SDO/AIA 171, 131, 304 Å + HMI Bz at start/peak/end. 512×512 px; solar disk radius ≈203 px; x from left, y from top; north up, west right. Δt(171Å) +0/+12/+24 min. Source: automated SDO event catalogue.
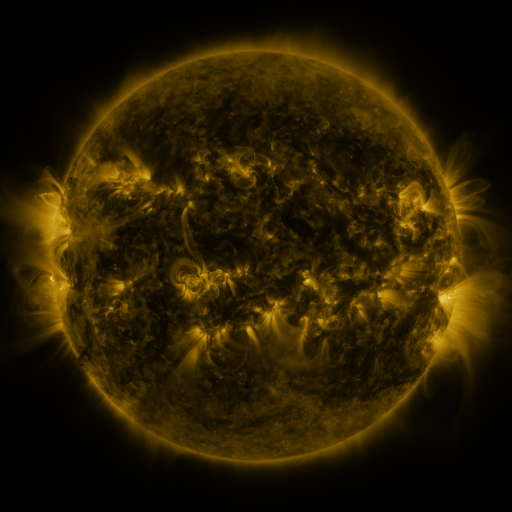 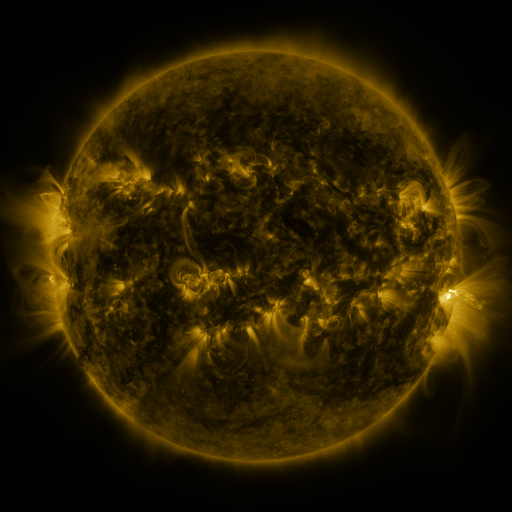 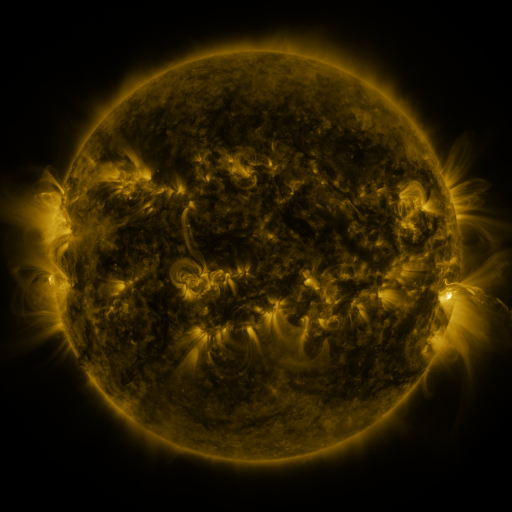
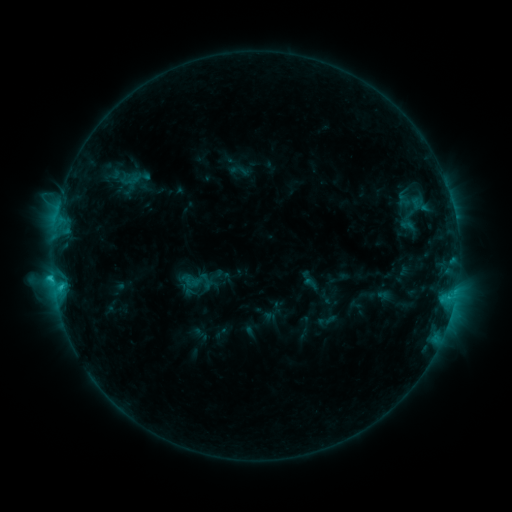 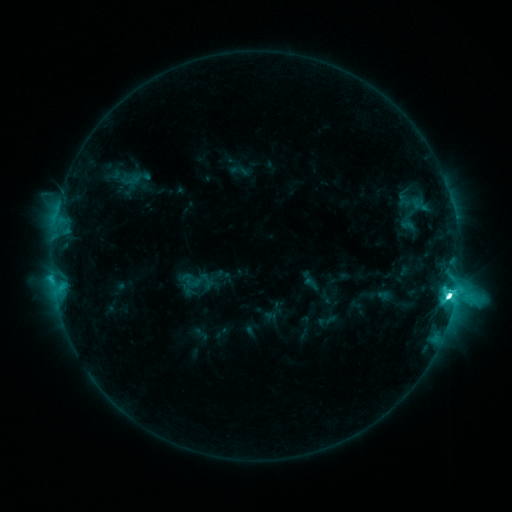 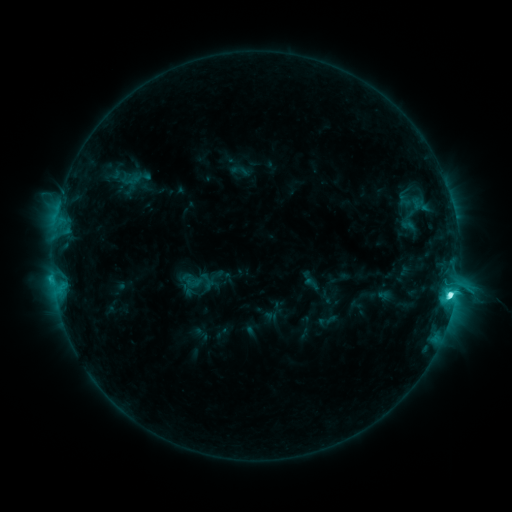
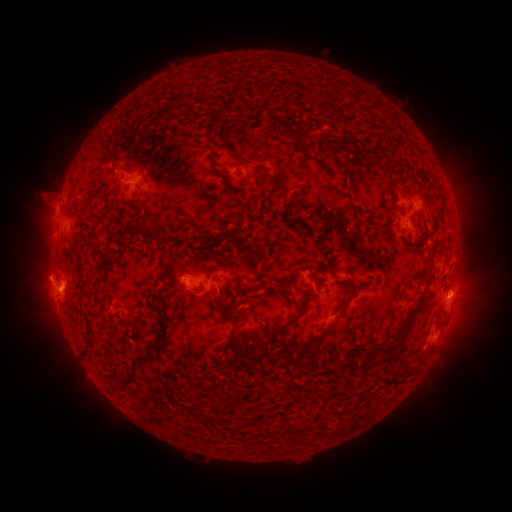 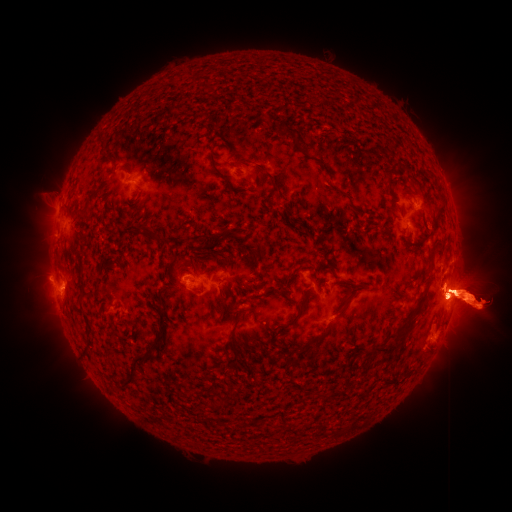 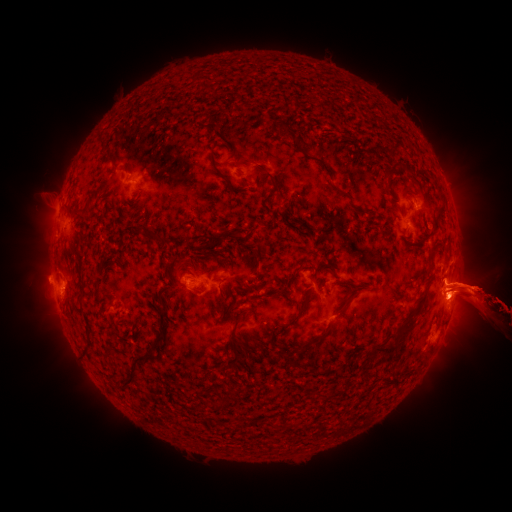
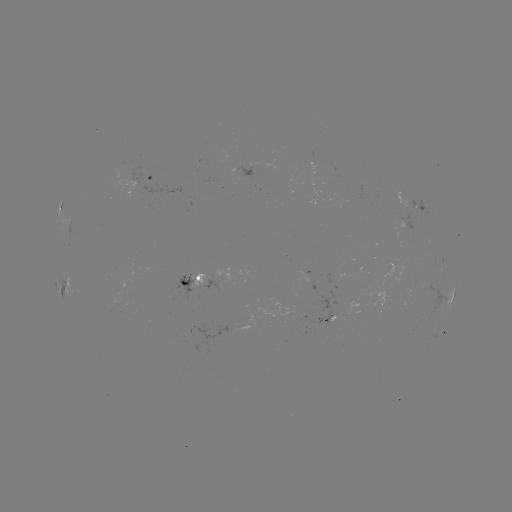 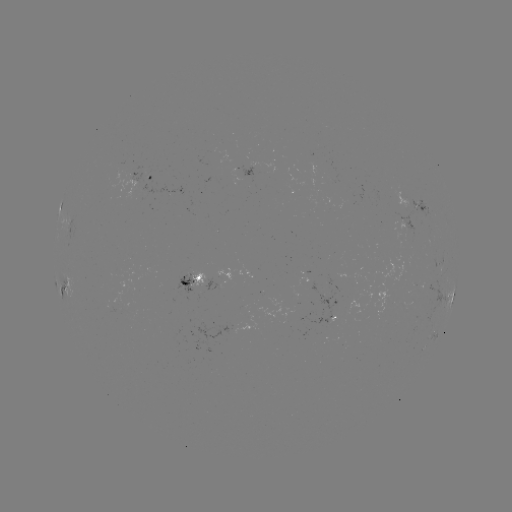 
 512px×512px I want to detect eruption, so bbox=[0, 177, 70, 343].